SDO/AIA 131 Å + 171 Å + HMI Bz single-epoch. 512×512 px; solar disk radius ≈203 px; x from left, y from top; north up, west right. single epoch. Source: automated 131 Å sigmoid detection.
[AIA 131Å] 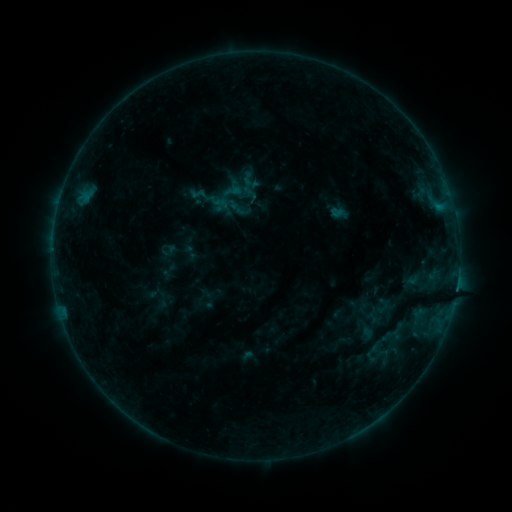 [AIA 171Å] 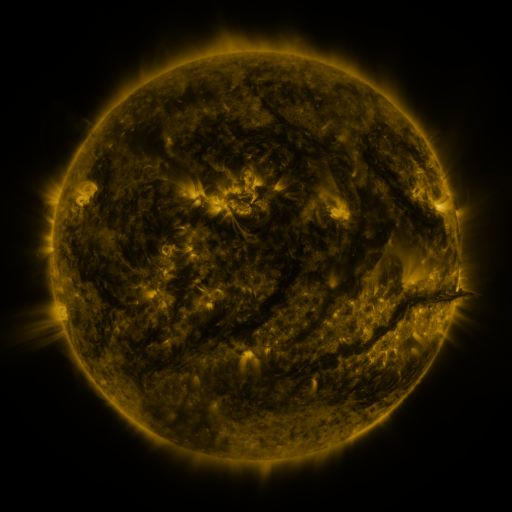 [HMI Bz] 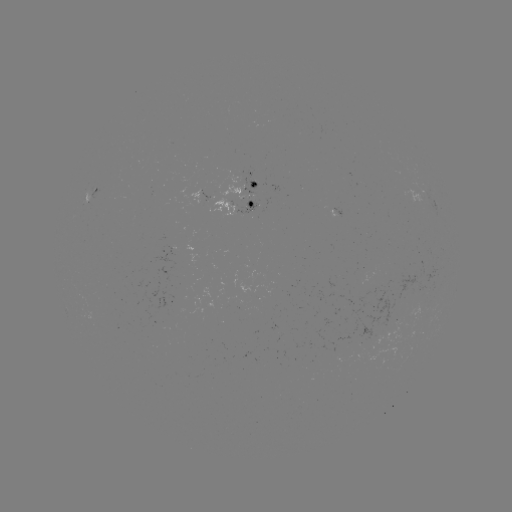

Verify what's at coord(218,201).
sigmoid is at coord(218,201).